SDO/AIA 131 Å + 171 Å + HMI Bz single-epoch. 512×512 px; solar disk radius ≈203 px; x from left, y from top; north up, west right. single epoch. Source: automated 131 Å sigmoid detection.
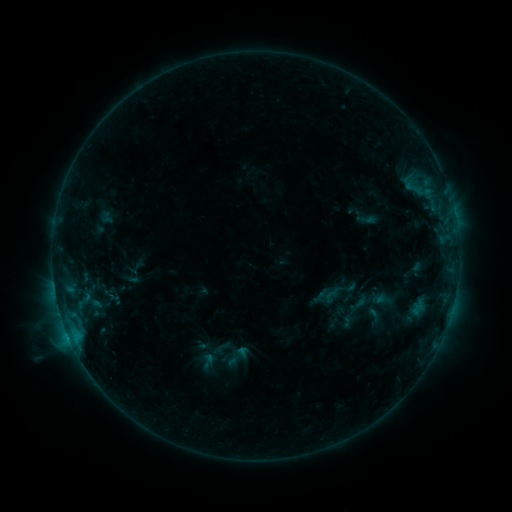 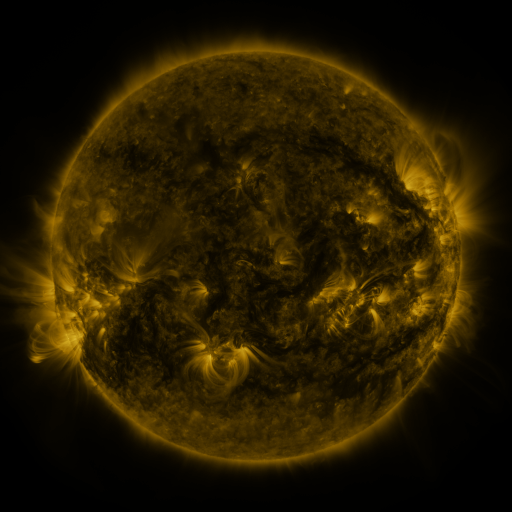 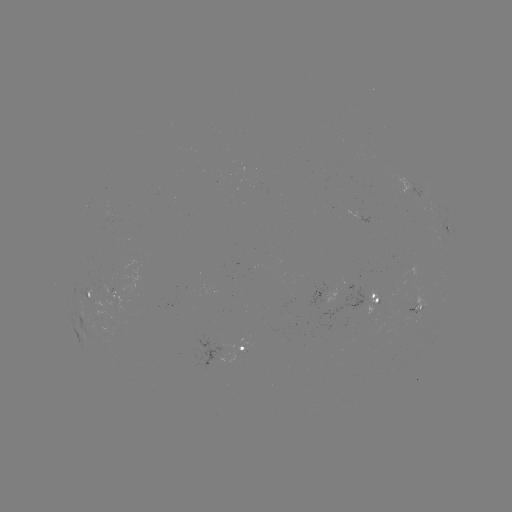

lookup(sigmoid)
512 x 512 236,358